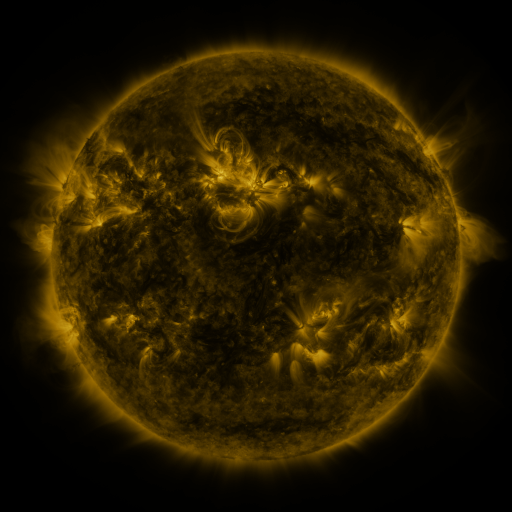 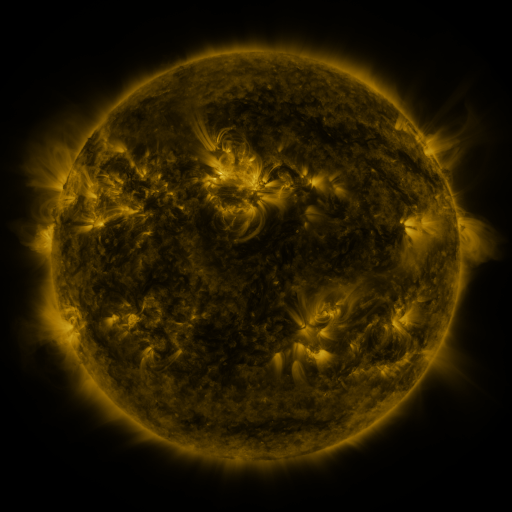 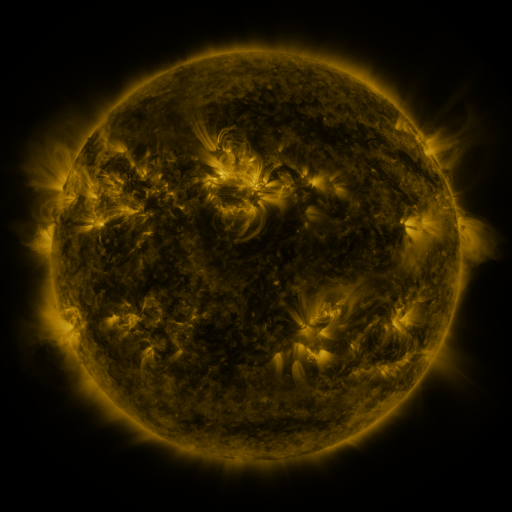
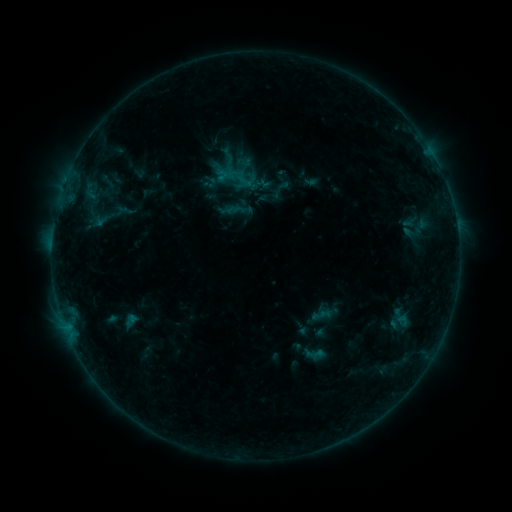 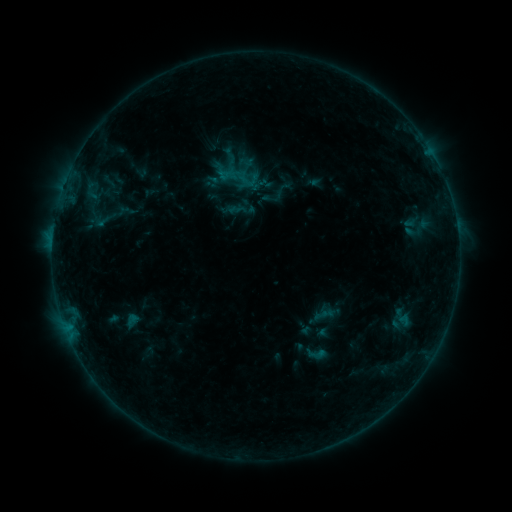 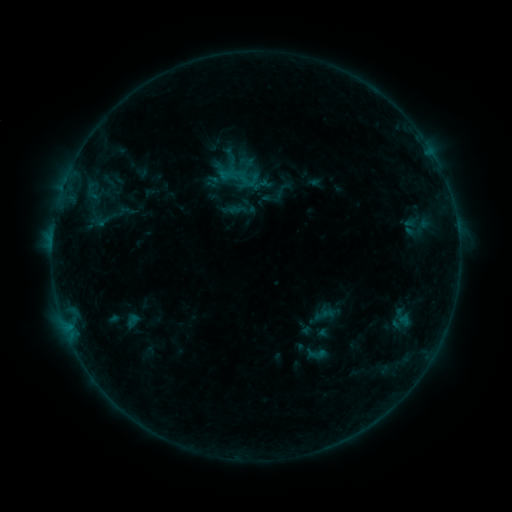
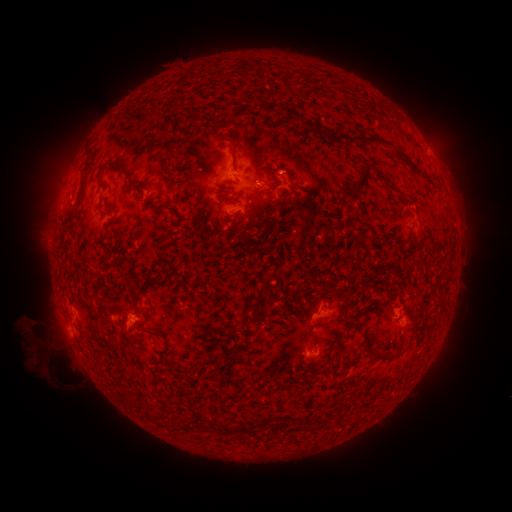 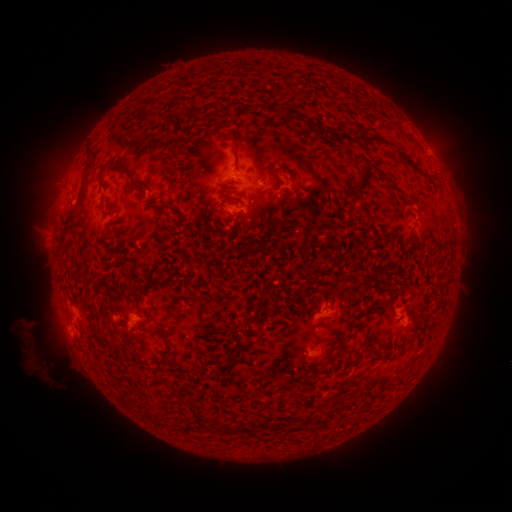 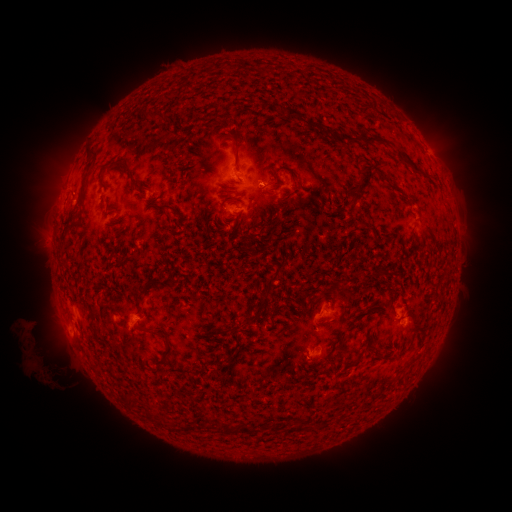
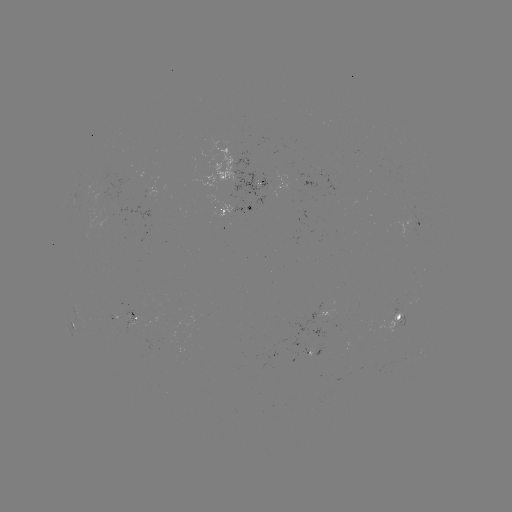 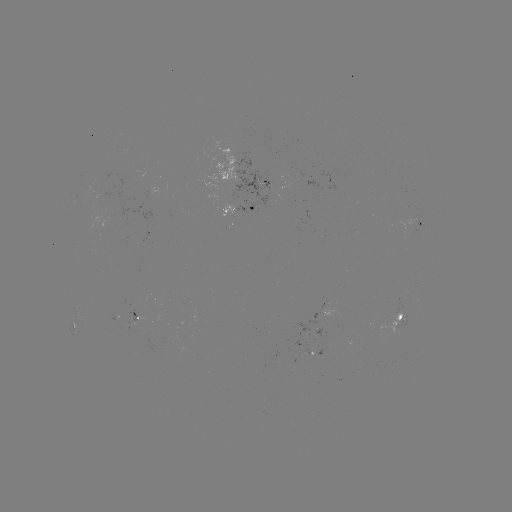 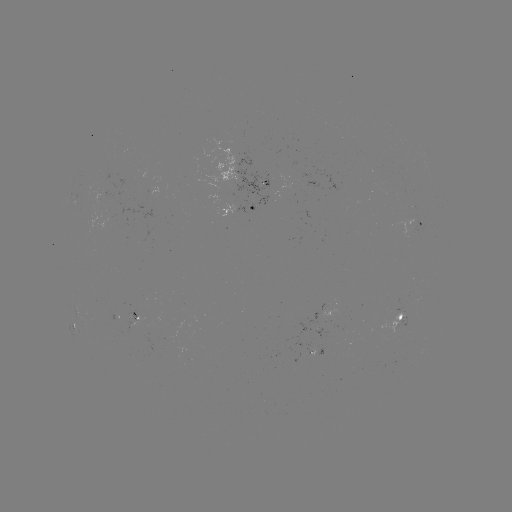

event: emerging-flux region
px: (215, 196)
